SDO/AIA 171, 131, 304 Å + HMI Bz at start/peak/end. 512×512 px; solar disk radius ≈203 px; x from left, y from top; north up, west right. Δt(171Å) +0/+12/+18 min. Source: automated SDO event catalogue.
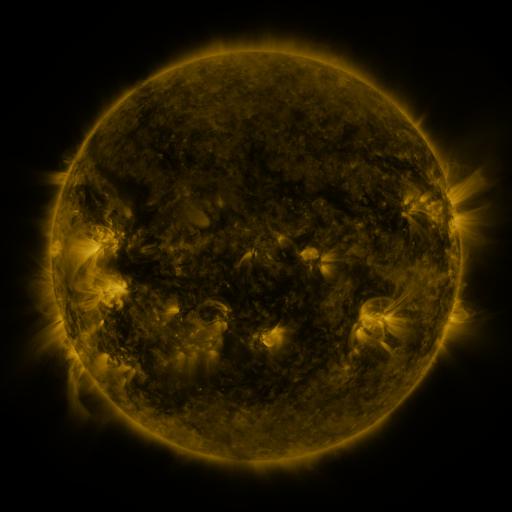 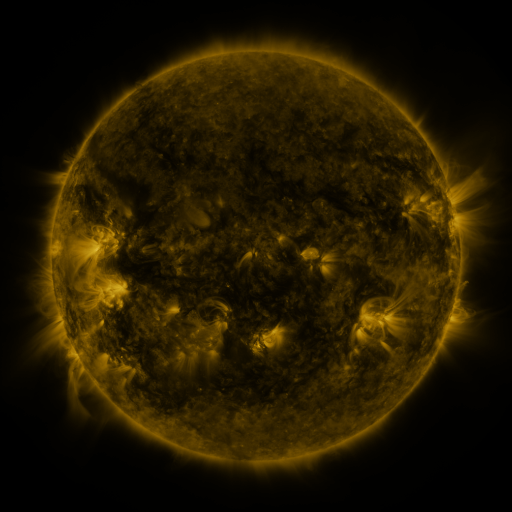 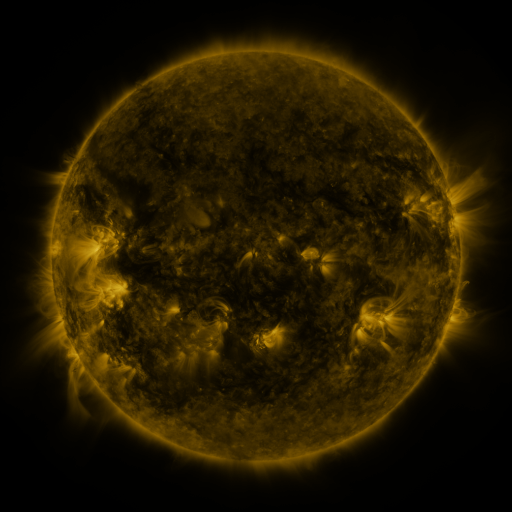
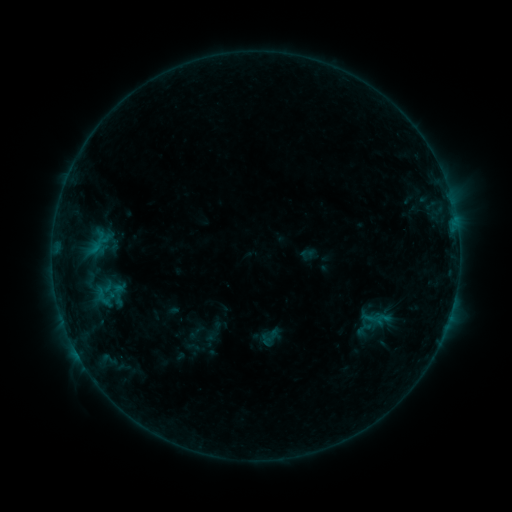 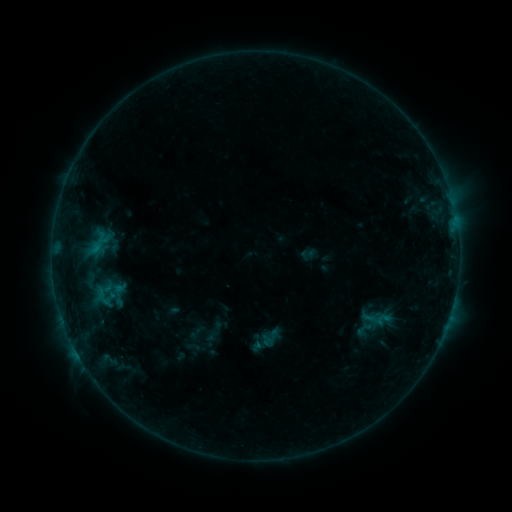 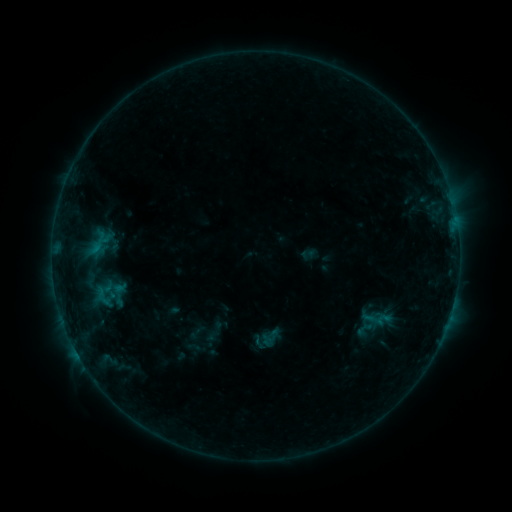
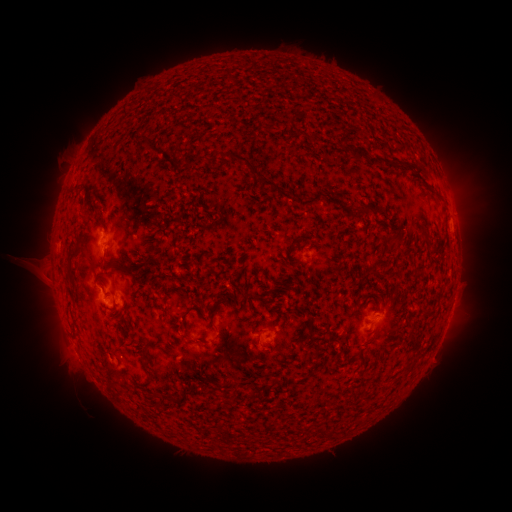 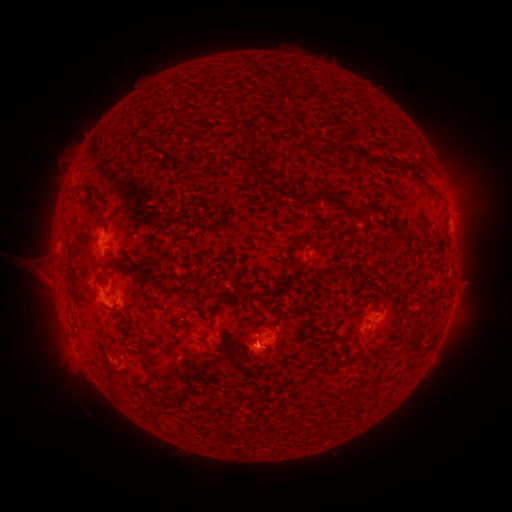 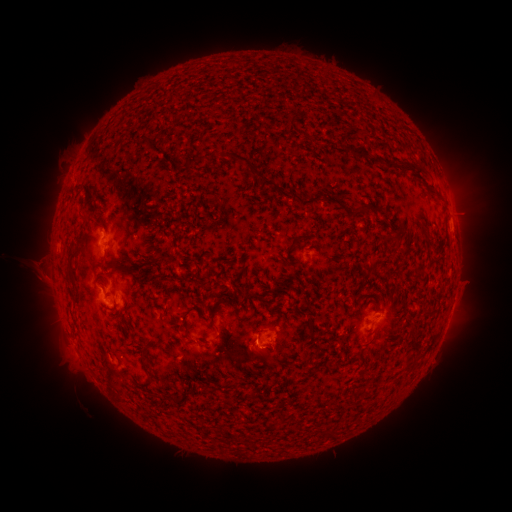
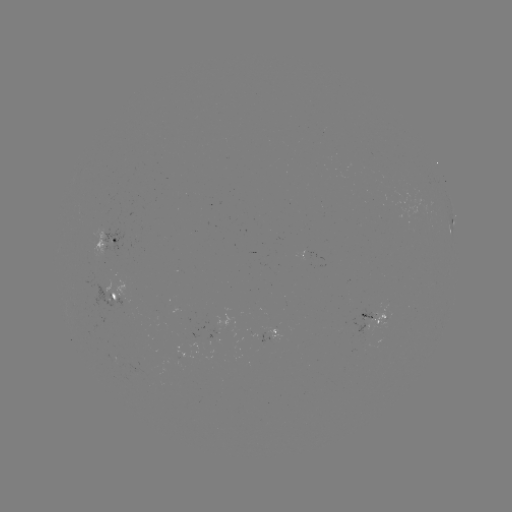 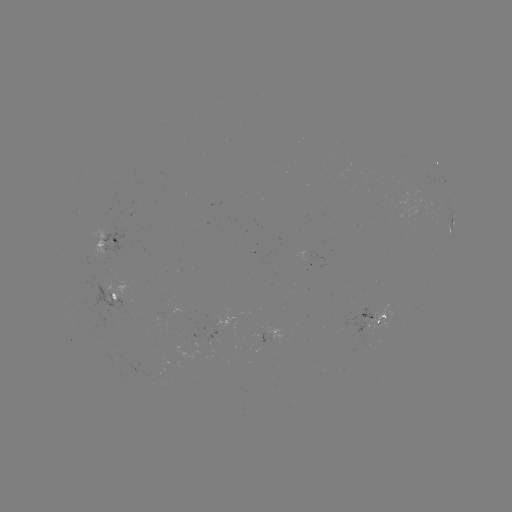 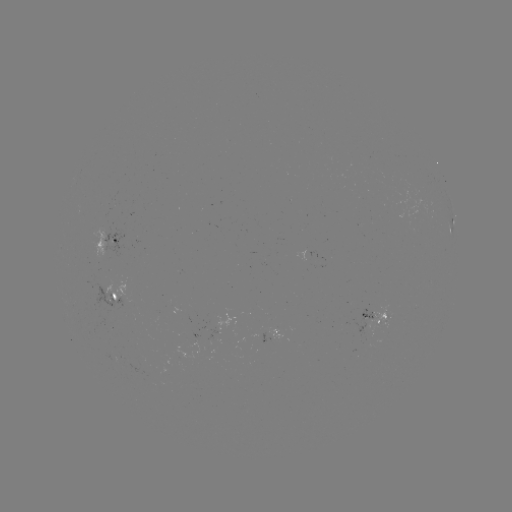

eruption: (228, 329, 291, 386)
